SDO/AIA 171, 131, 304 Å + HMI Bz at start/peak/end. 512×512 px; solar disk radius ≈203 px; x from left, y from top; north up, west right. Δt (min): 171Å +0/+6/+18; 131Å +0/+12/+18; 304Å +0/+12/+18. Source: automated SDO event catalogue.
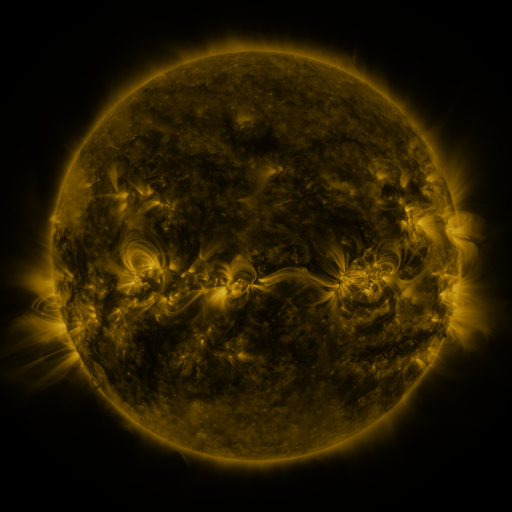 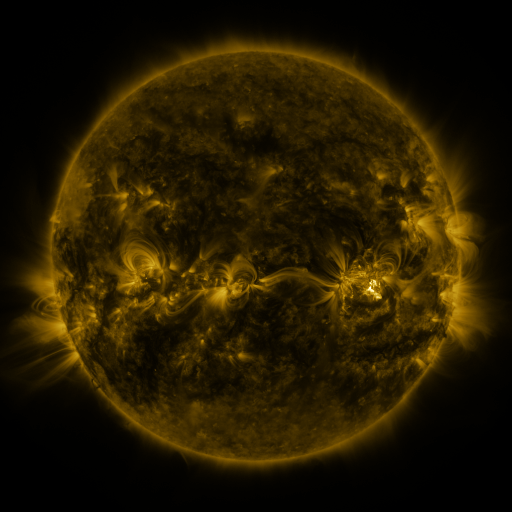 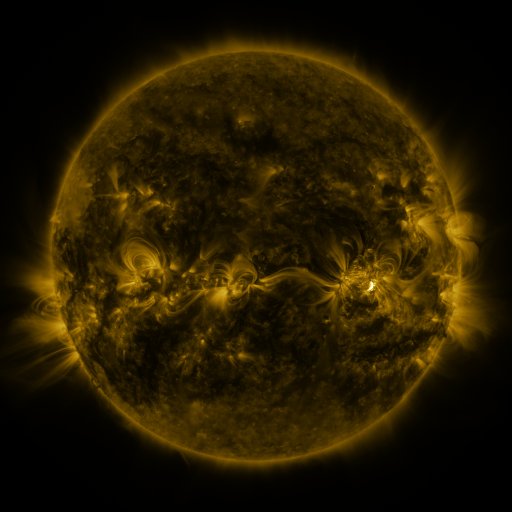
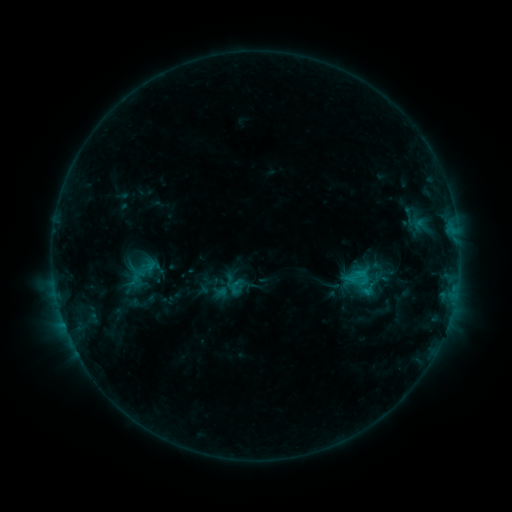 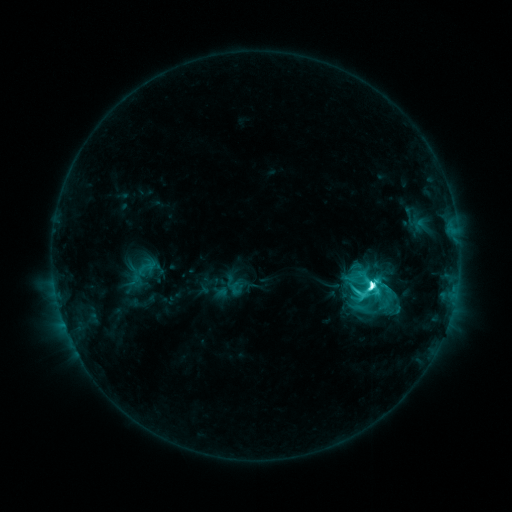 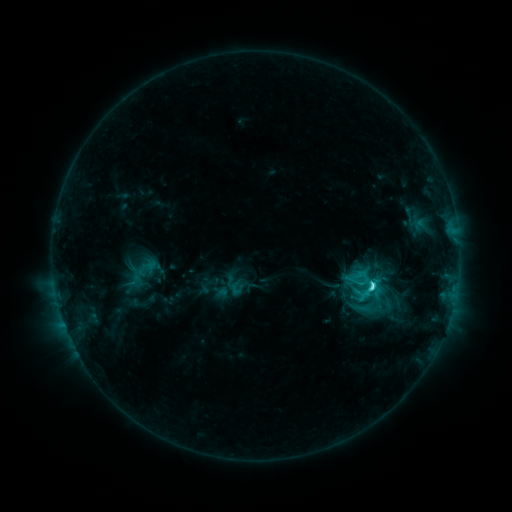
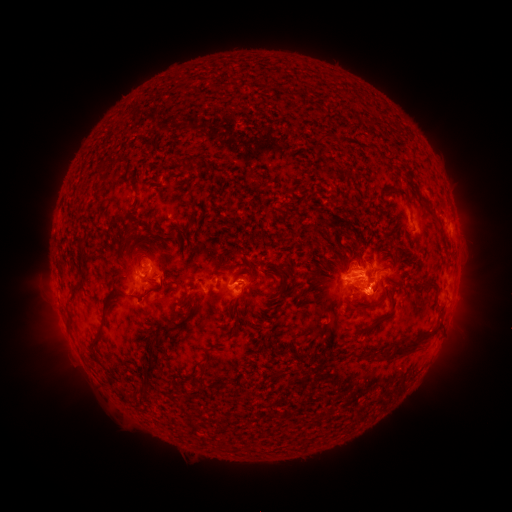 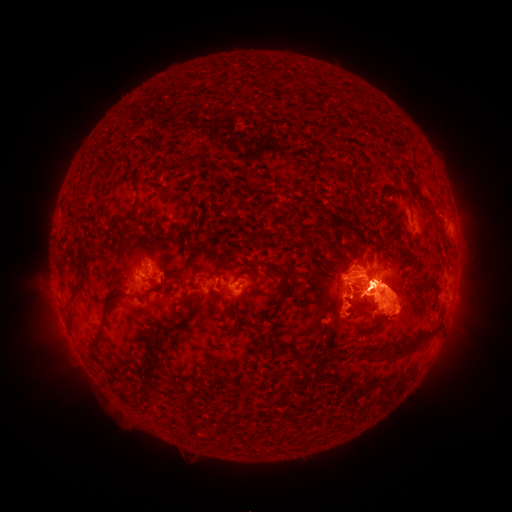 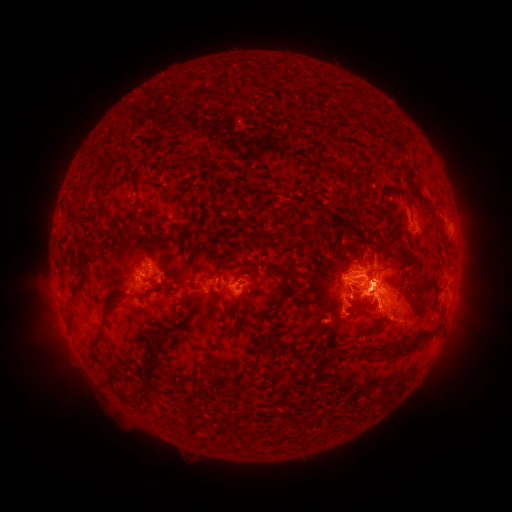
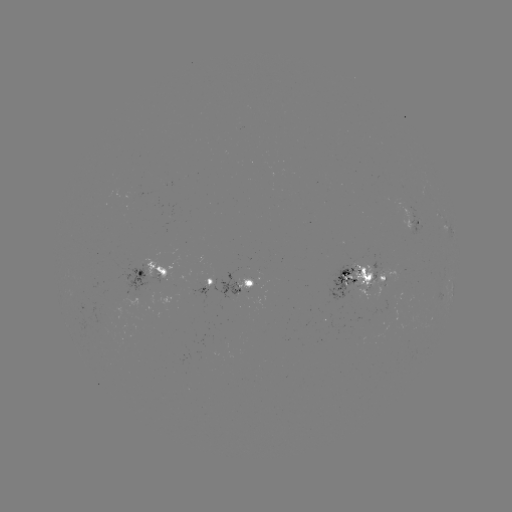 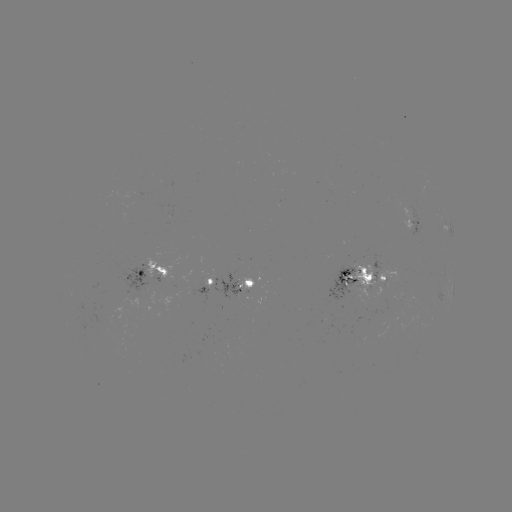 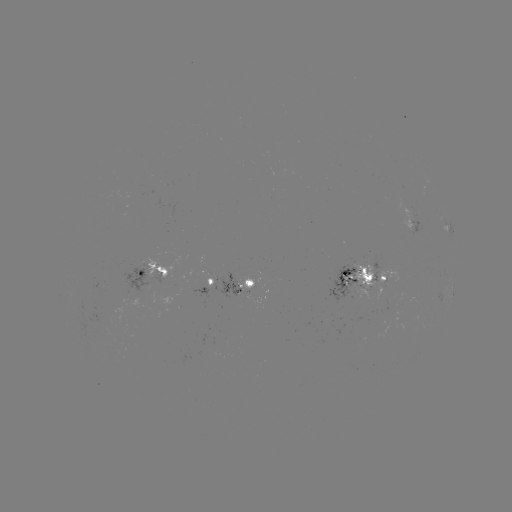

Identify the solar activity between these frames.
M1.6 flare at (369, 285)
